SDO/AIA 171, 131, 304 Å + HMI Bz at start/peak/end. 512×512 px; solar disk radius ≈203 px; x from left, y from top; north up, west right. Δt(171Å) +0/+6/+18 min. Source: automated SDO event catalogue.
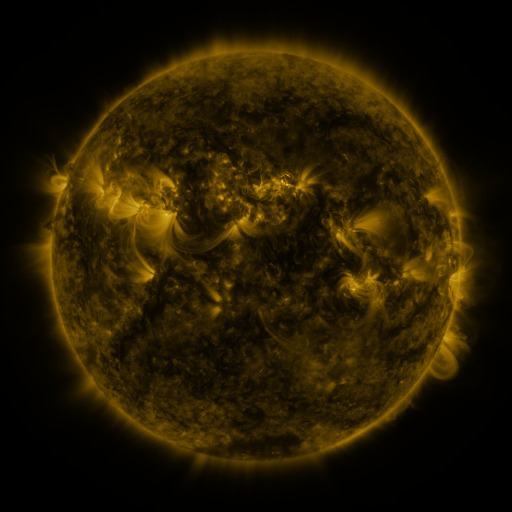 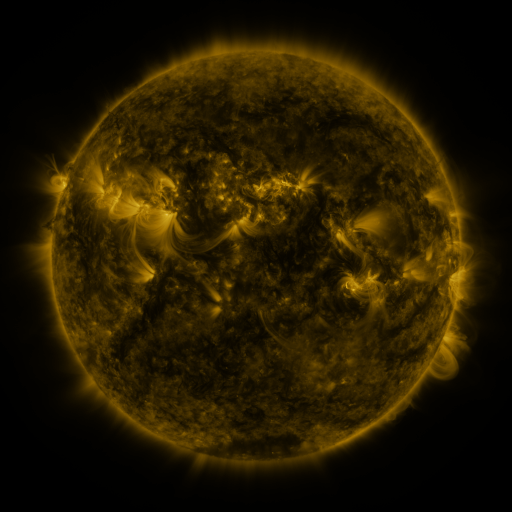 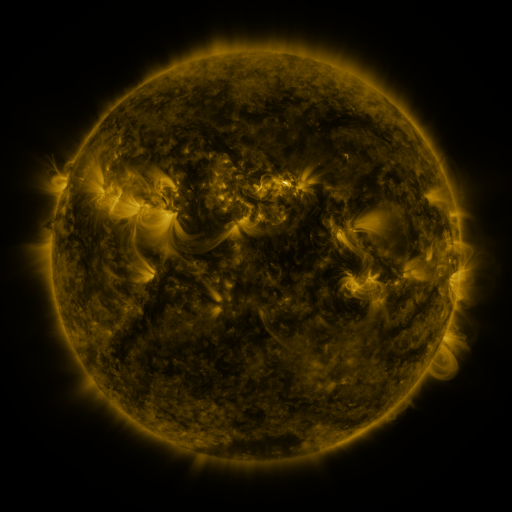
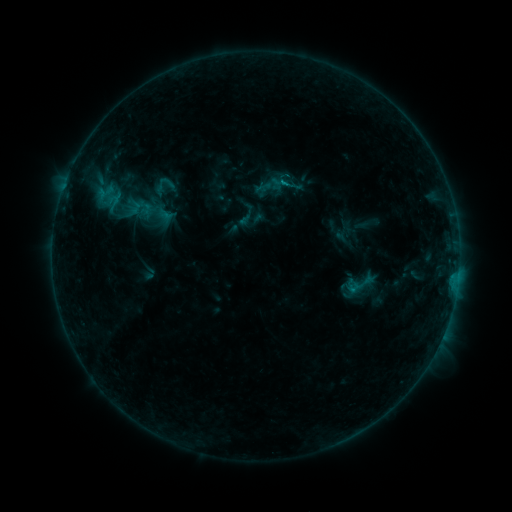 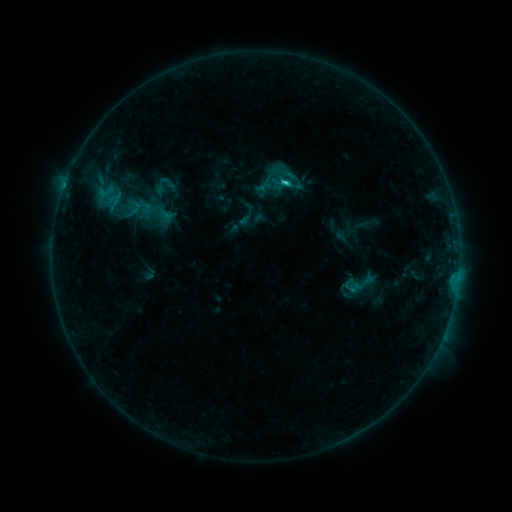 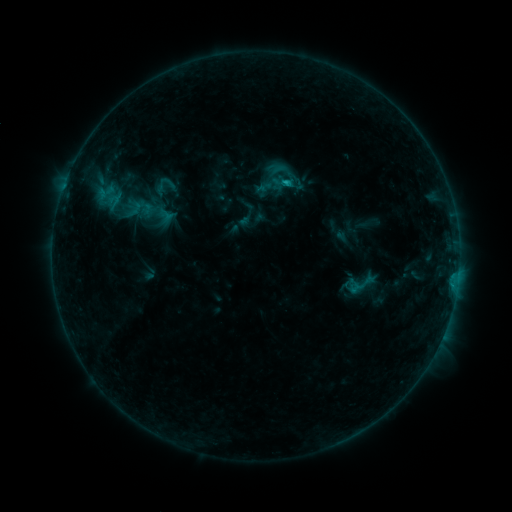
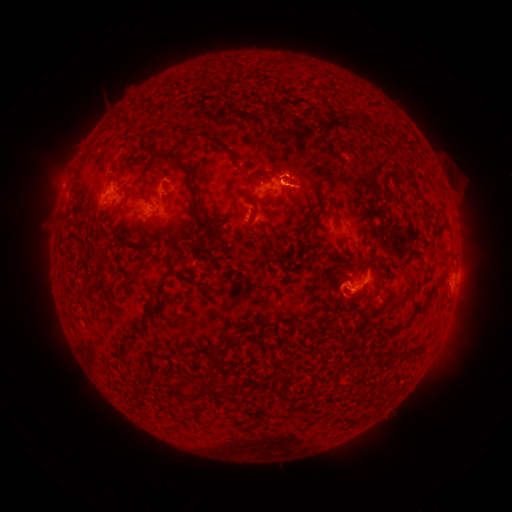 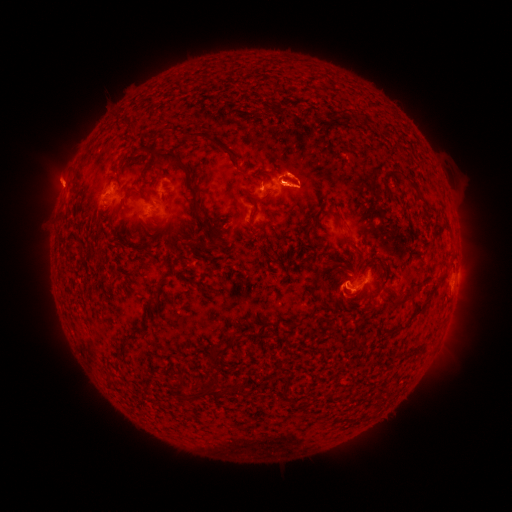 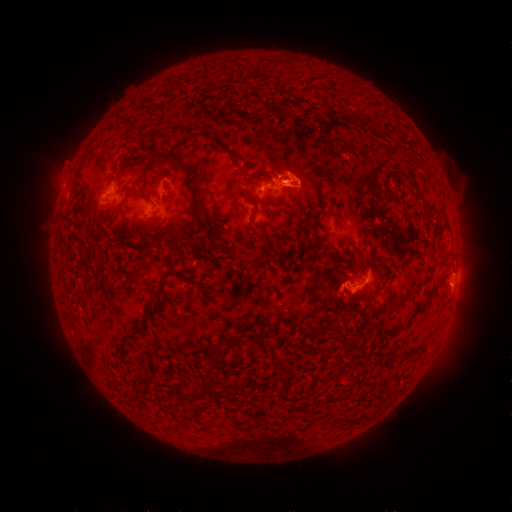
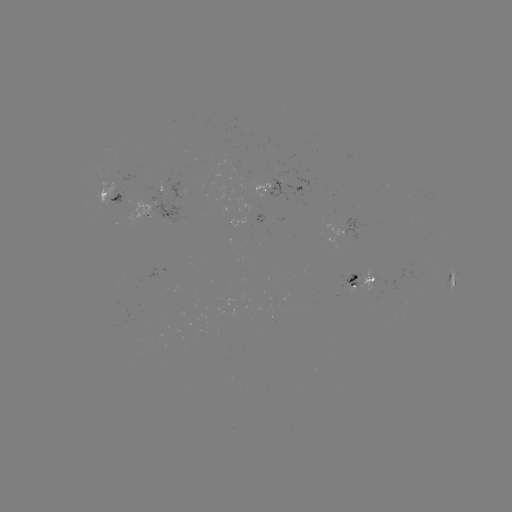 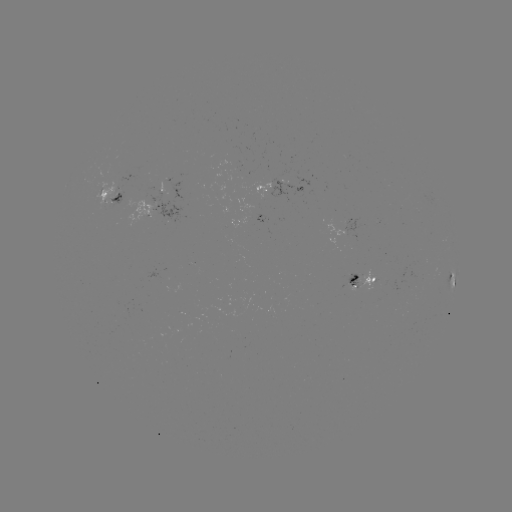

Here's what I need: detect C1.6 flare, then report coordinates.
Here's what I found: C1.6 flare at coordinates [283, 184].